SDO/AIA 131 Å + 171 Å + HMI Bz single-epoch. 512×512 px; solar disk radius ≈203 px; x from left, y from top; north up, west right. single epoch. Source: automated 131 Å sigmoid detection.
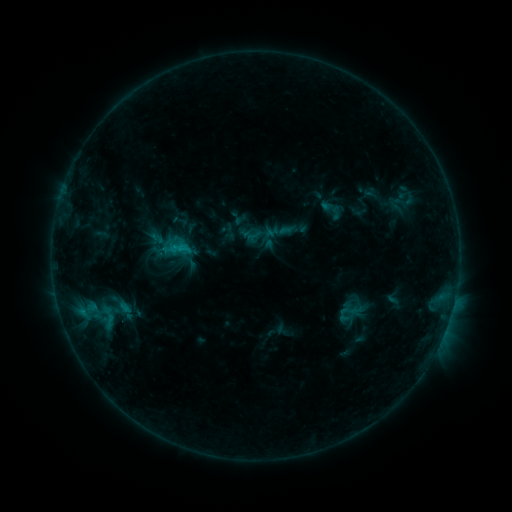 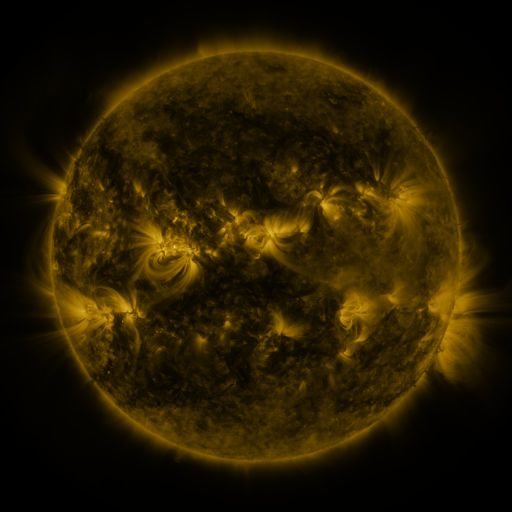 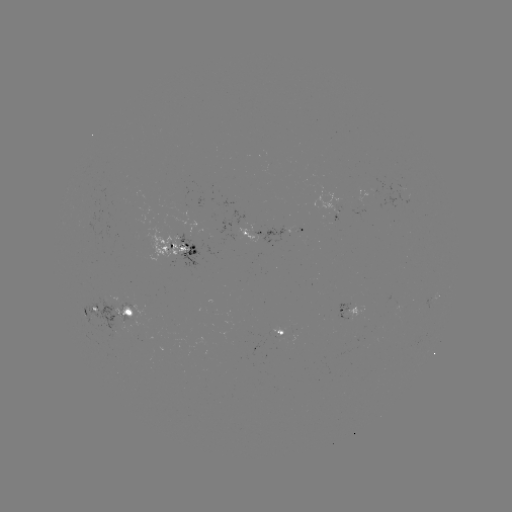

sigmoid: [384, 196, 409, 214]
